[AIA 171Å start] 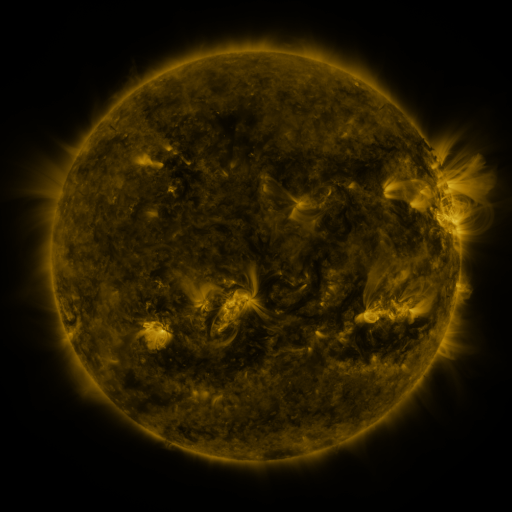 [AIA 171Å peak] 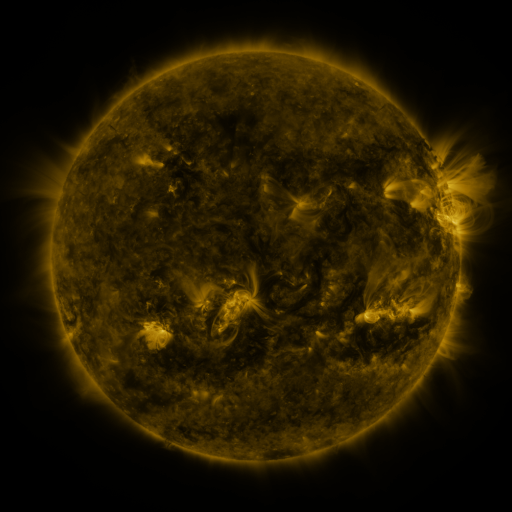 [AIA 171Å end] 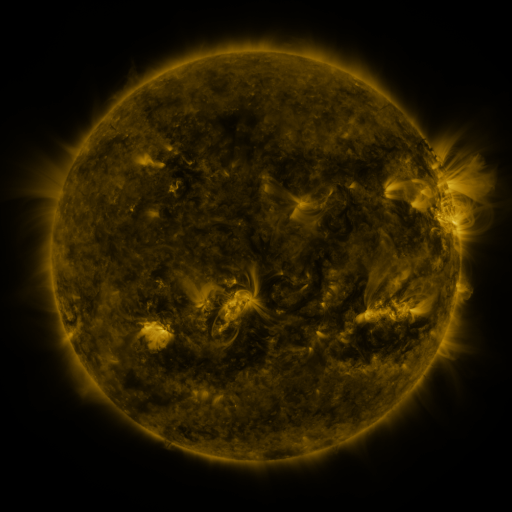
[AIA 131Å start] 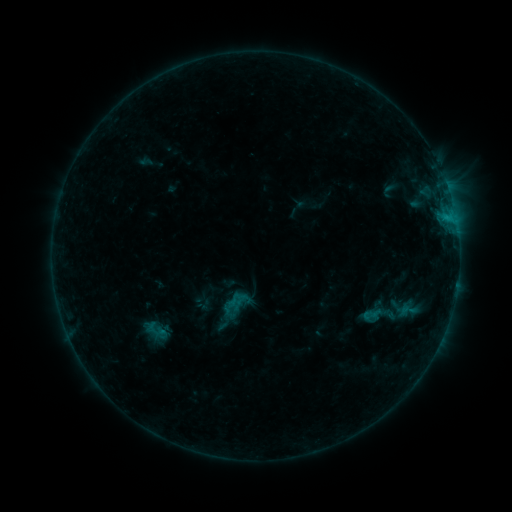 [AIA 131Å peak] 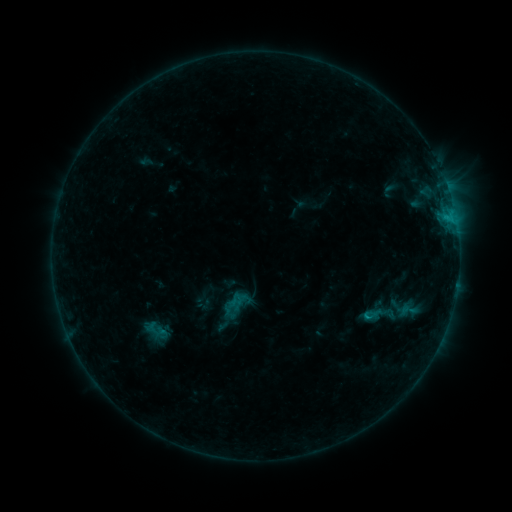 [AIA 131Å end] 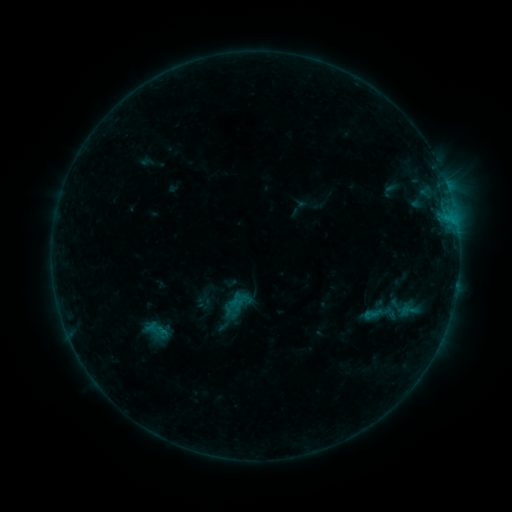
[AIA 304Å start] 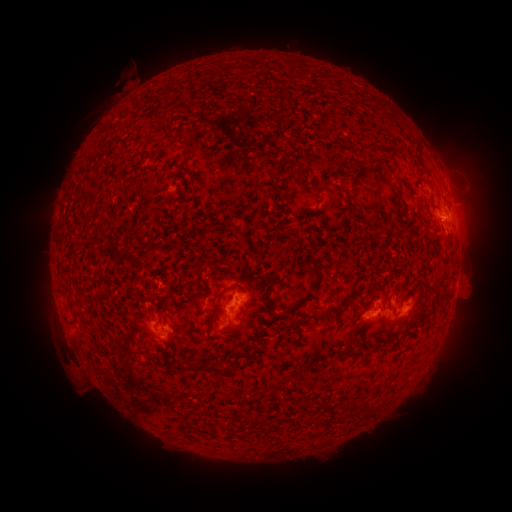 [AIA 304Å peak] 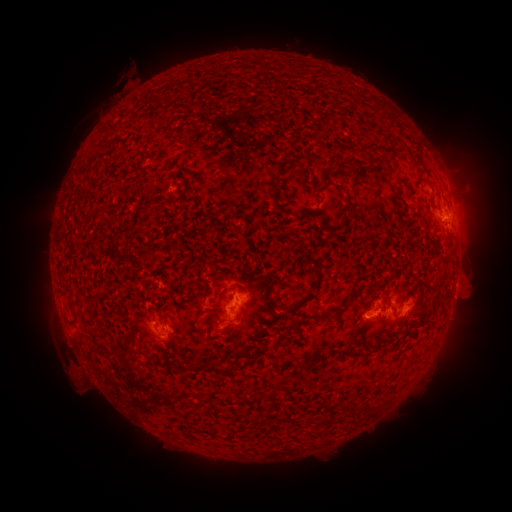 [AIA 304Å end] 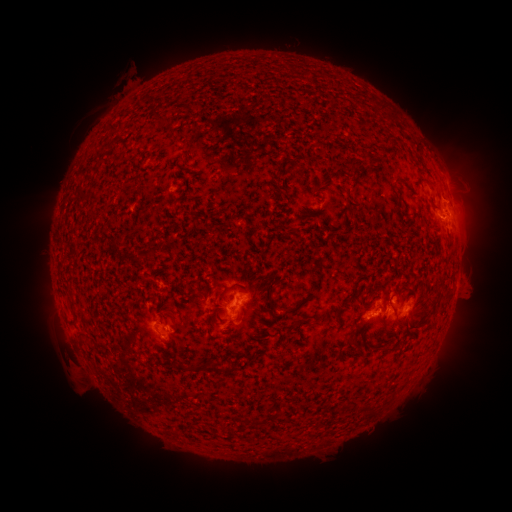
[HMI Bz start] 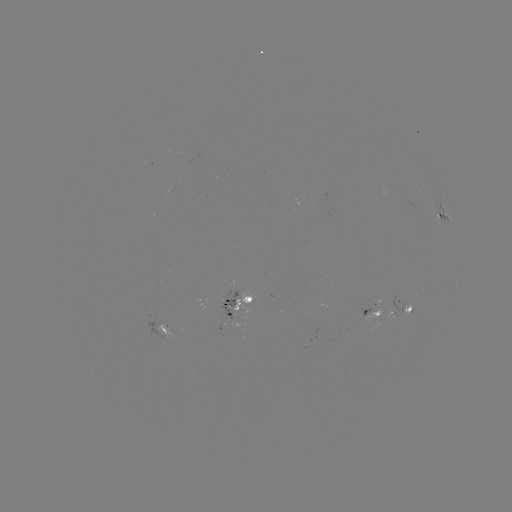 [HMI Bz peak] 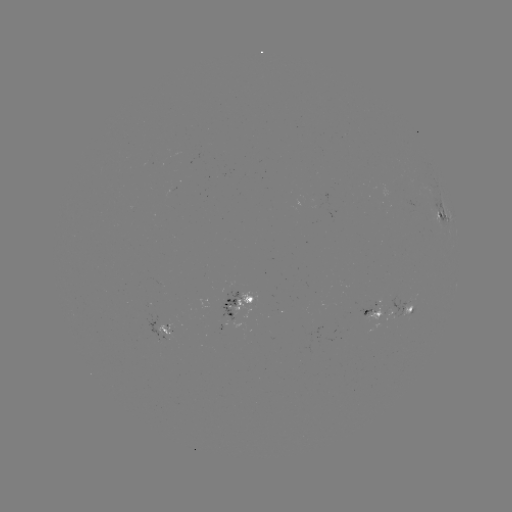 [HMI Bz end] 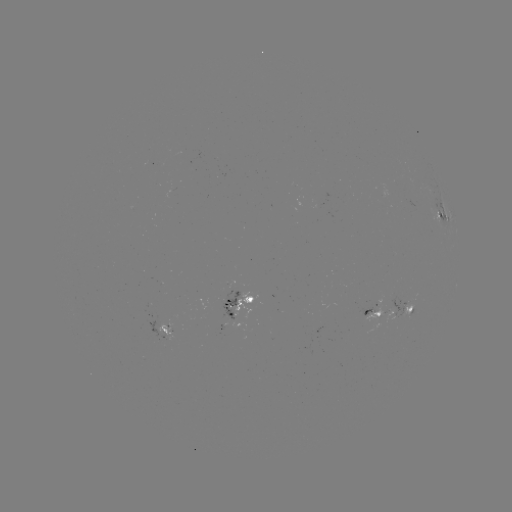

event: flare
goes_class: B6.3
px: (367, 314)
